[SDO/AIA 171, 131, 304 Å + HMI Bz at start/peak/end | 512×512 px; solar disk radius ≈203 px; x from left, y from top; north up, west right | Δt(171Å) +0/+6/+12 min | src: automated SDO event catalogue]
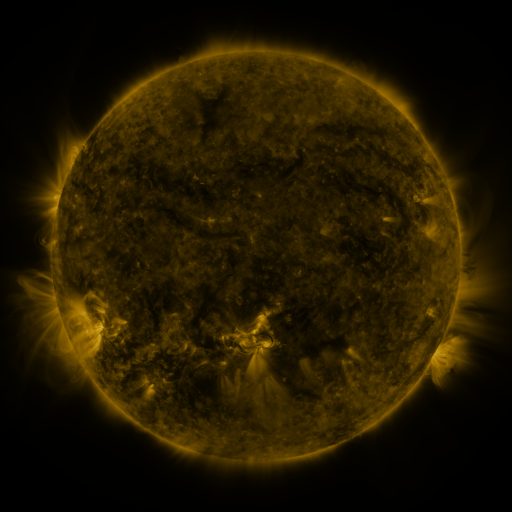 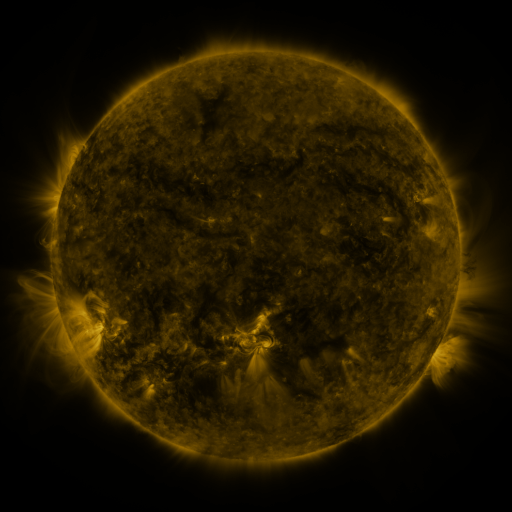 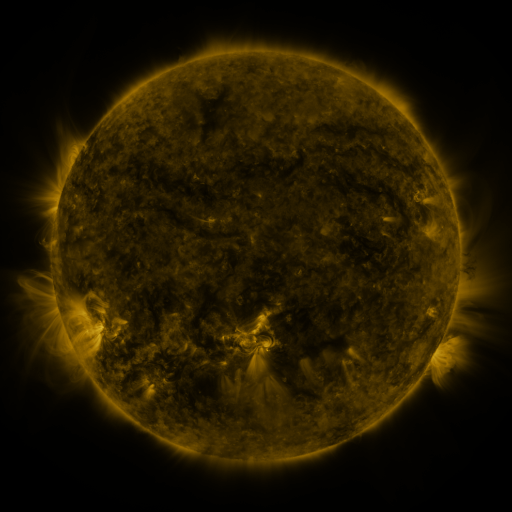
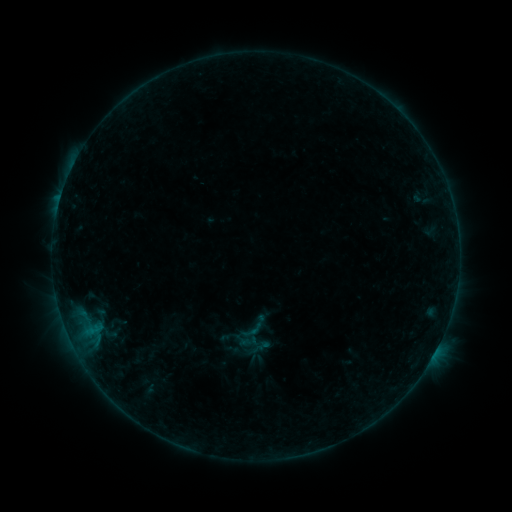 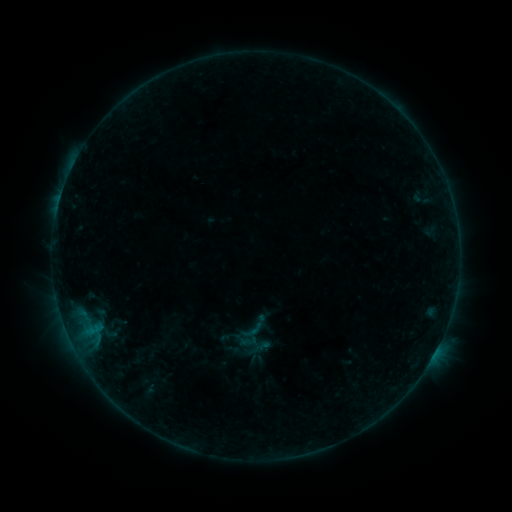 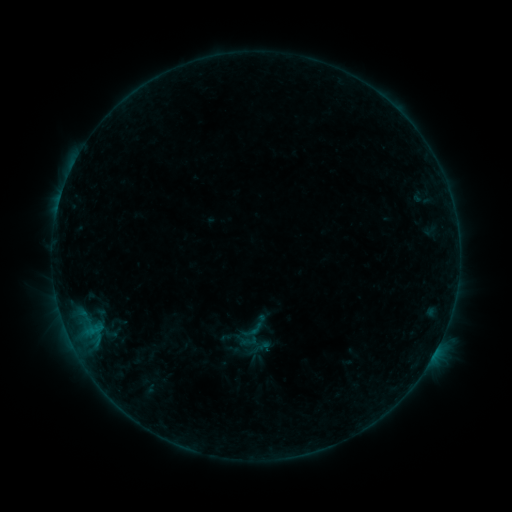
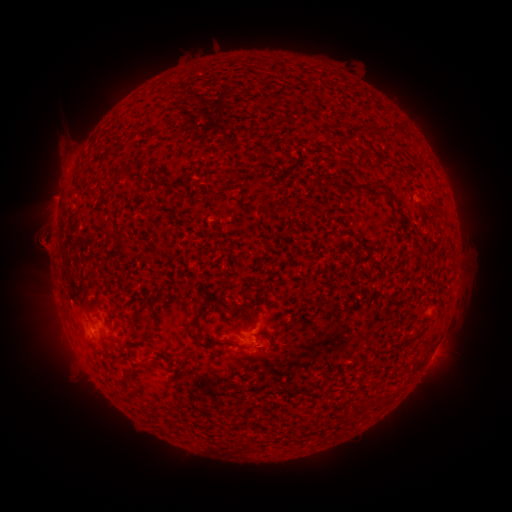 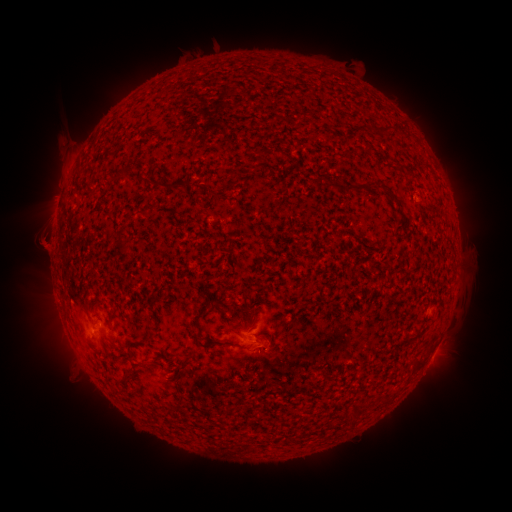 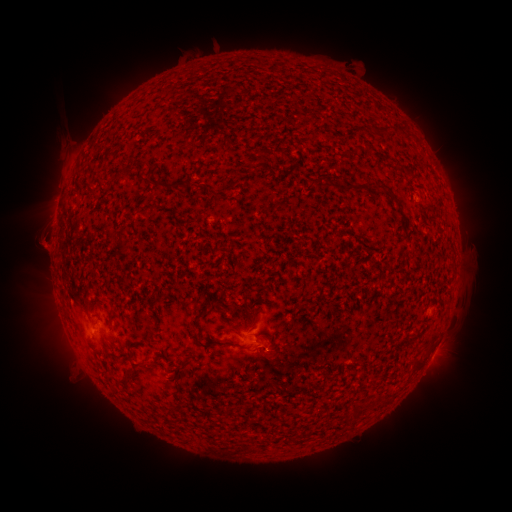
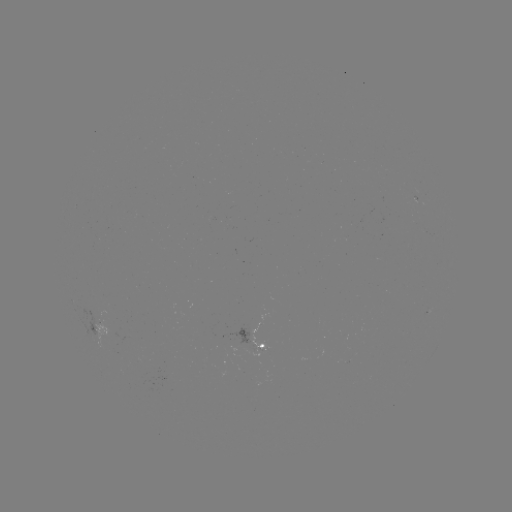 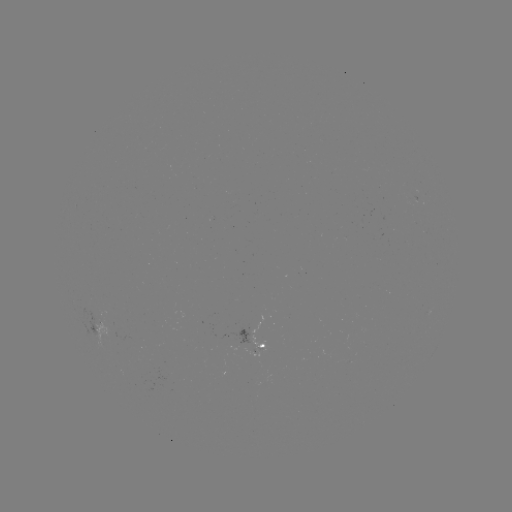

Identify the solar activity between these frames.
nothing was catalogued: no classed flare, no EUV trigger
